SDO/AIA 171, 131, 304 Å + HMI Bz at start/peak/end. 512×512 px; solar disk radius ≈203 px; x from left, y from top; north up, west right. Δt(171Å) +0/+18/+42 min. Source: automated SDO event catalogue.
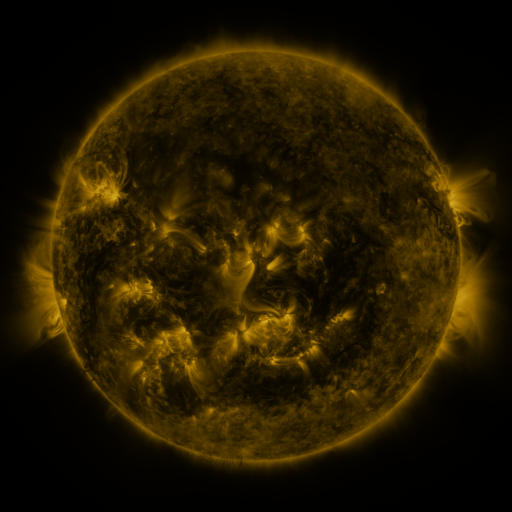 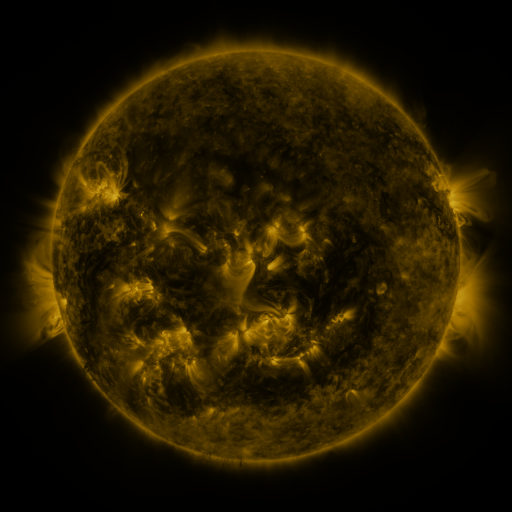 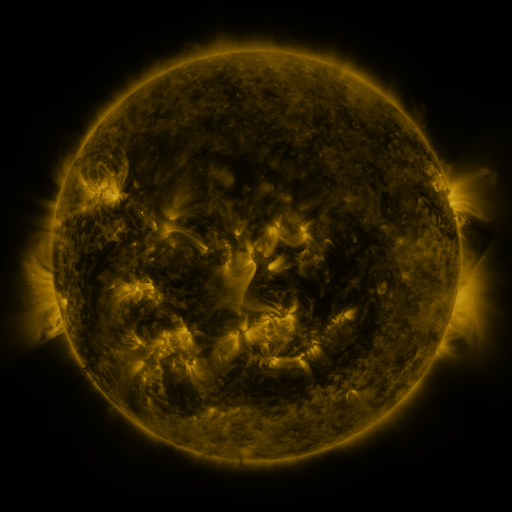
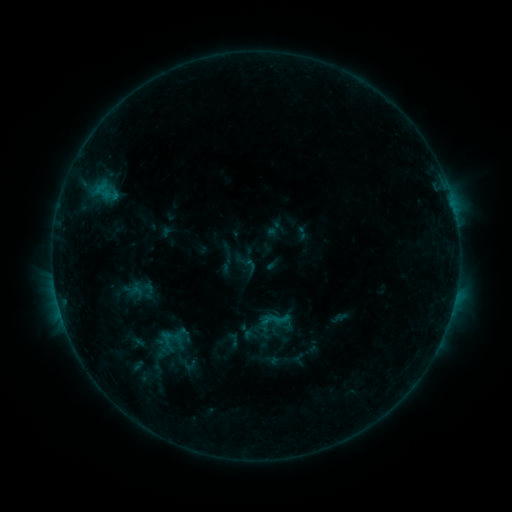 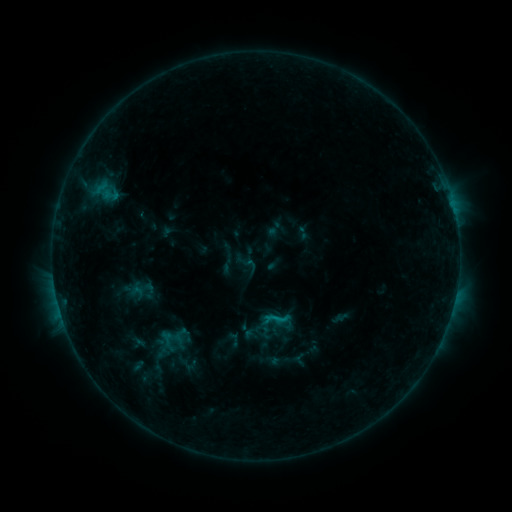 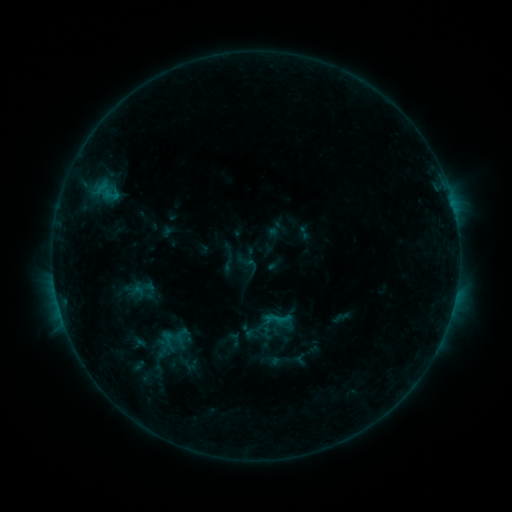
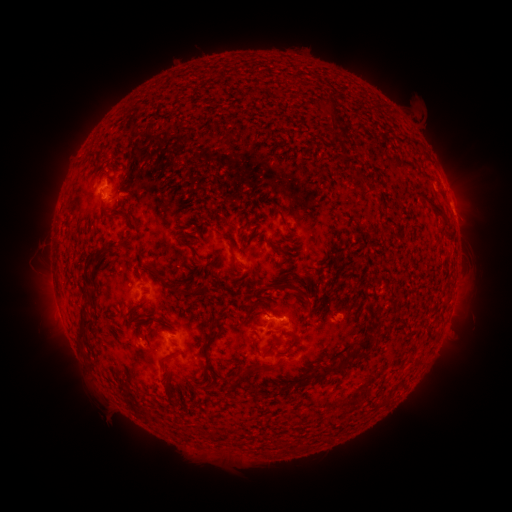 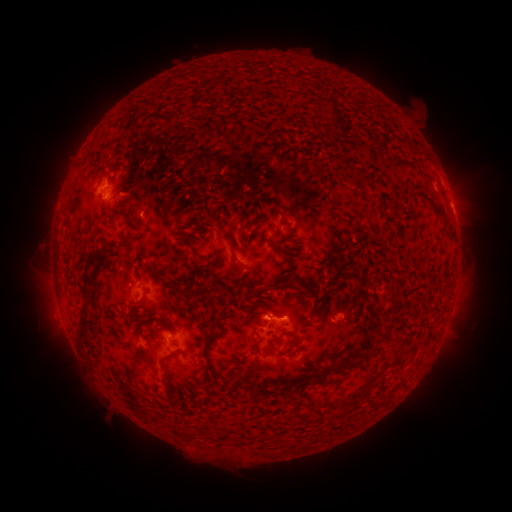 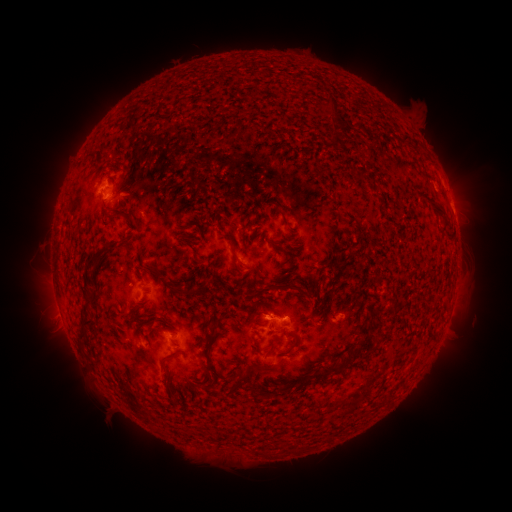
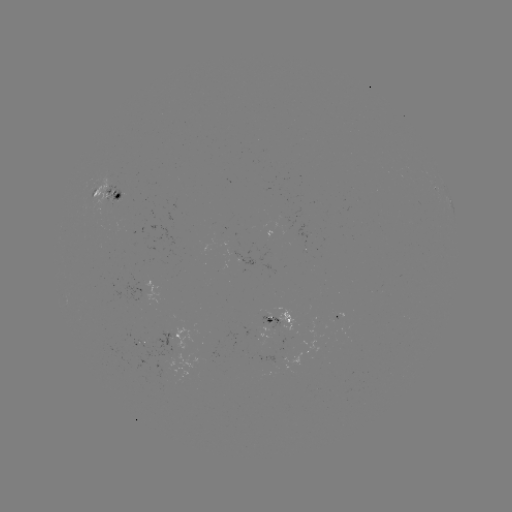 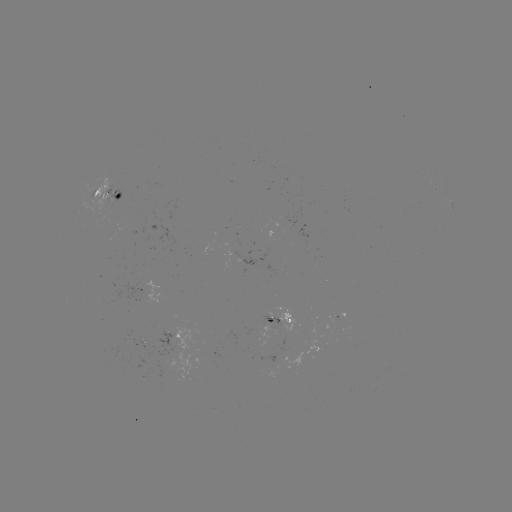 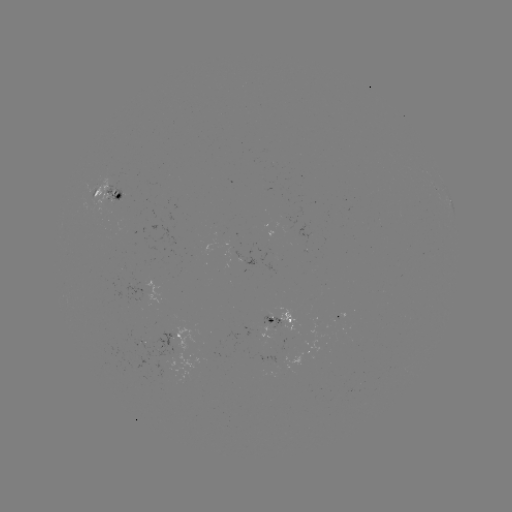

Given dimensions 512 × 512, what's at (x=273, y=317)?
B6.4 flare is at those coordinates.